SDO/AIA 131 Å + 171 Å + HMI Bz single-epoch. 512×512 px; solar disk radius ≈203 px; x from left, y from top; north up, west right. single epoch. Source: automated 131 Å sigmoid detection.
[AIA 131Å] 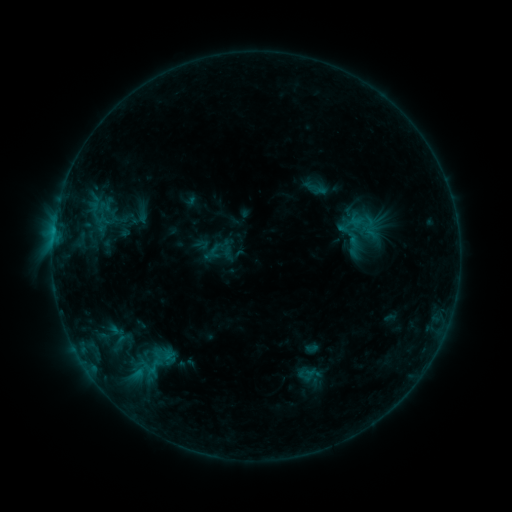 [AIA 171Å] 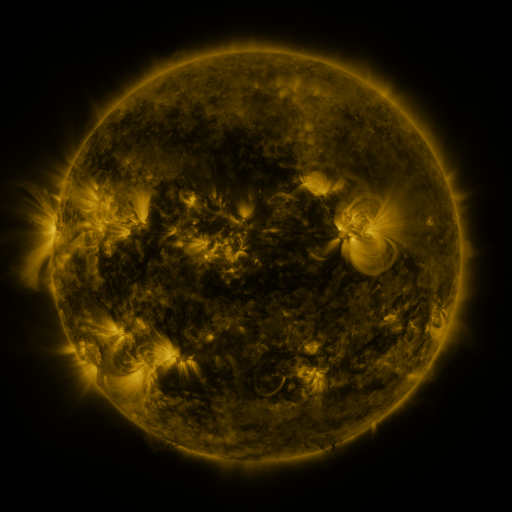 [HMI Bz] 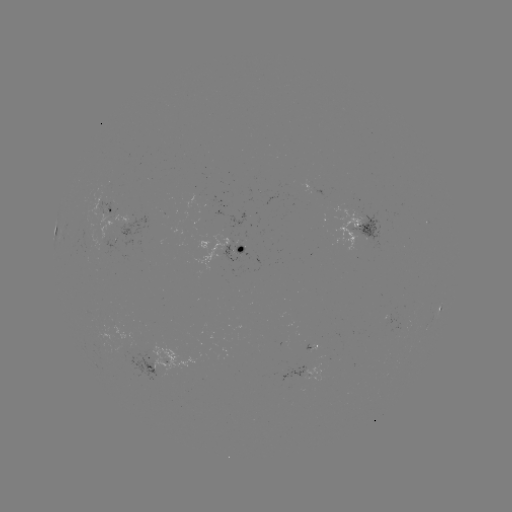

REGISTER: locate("sigmoid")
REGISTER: [120, 343]